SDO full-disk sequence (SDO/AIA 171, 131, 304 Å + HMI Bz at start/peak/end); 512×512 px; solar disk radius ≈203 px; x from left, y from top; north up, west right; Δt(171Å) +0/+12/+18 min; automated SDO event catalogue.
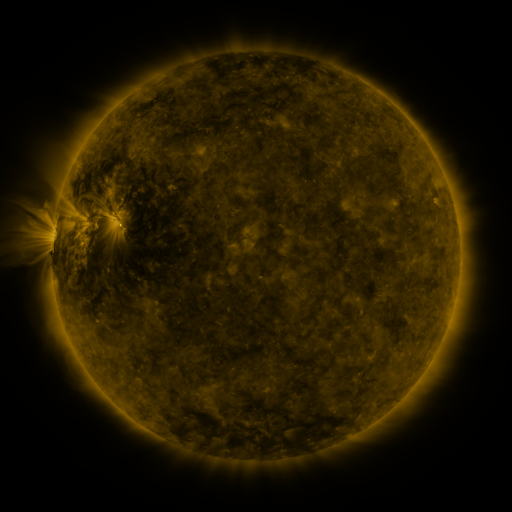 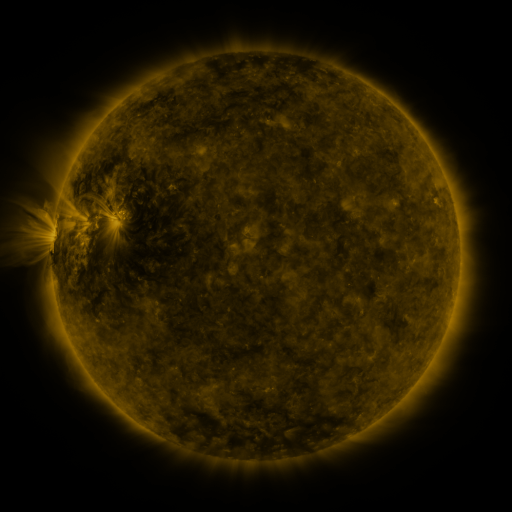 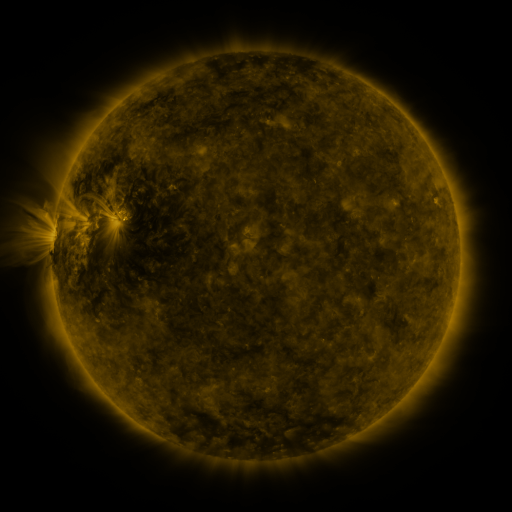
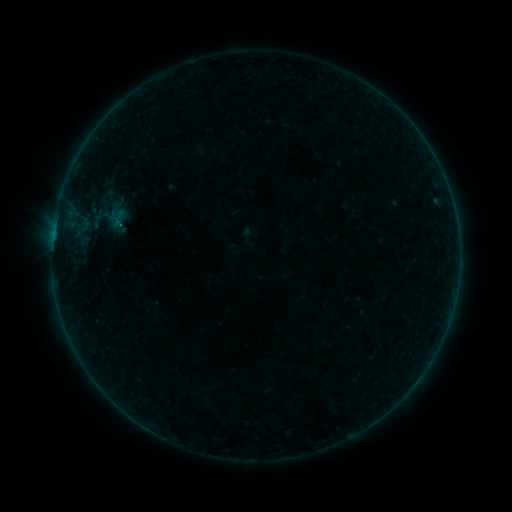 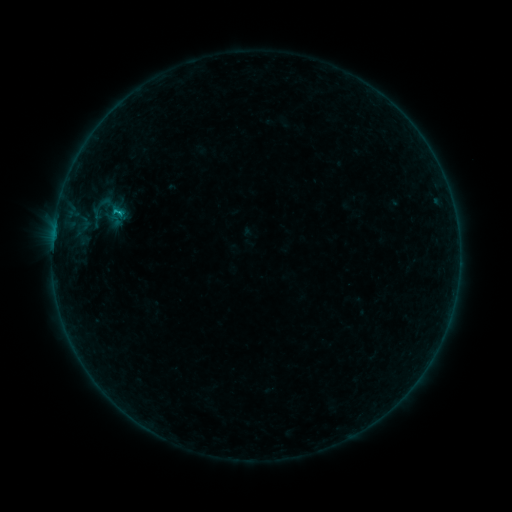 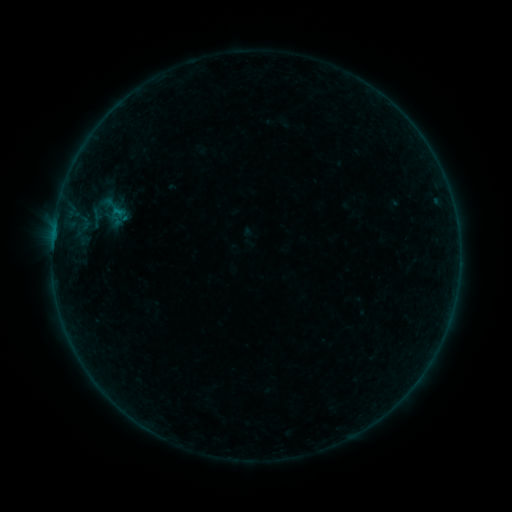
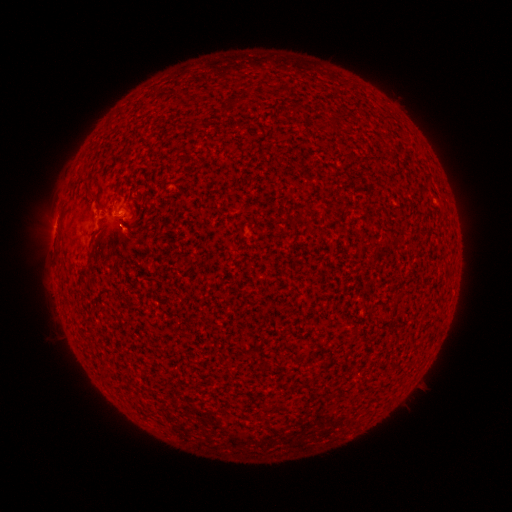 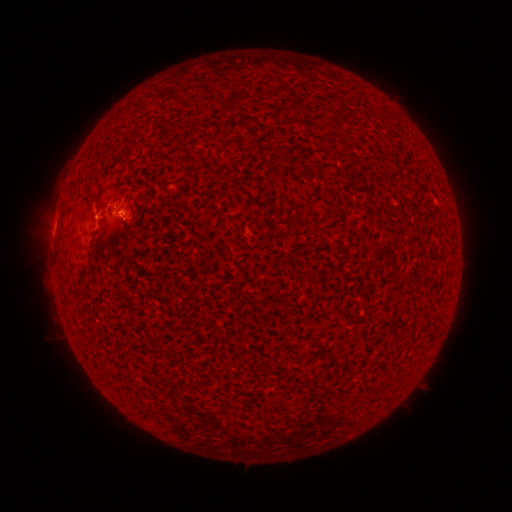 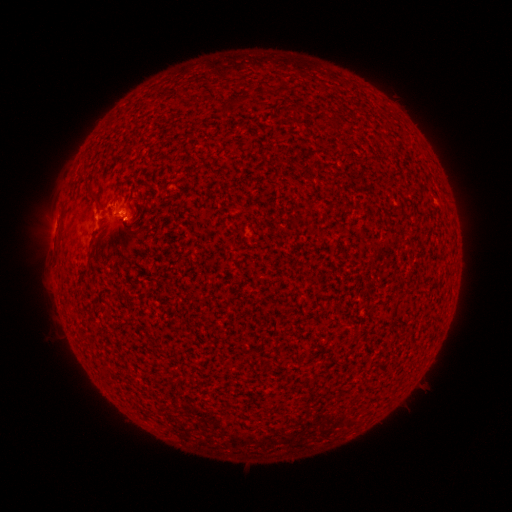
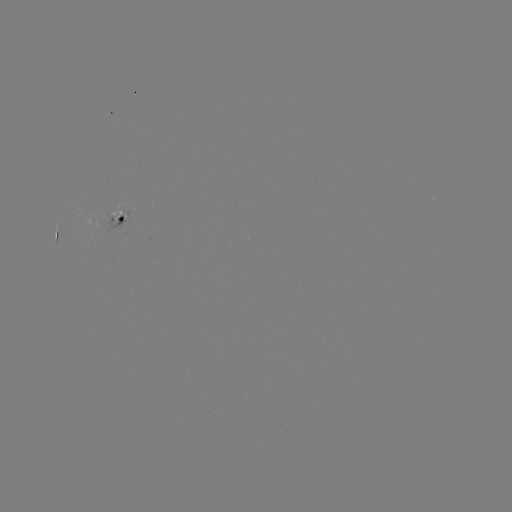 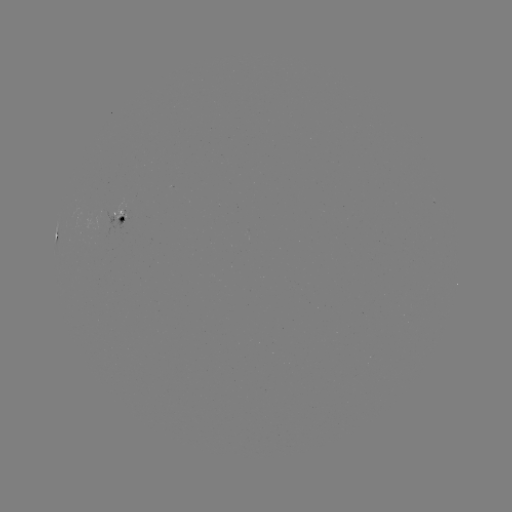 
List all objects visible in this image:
B4.8 flare: (121, 214)
